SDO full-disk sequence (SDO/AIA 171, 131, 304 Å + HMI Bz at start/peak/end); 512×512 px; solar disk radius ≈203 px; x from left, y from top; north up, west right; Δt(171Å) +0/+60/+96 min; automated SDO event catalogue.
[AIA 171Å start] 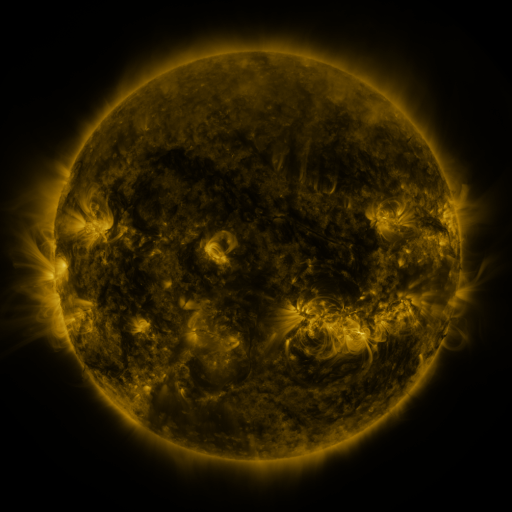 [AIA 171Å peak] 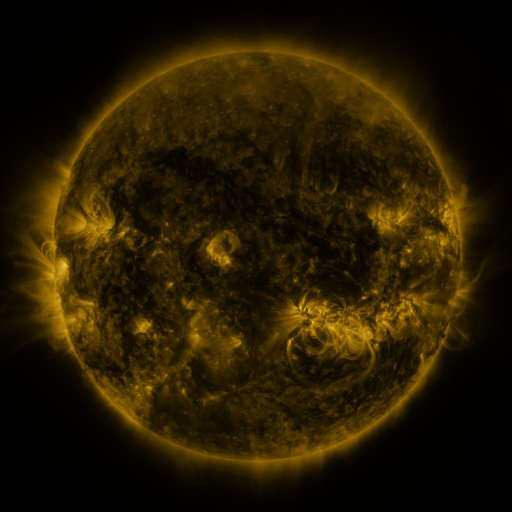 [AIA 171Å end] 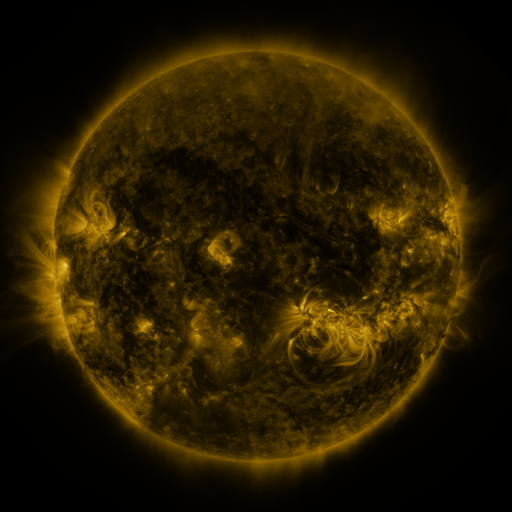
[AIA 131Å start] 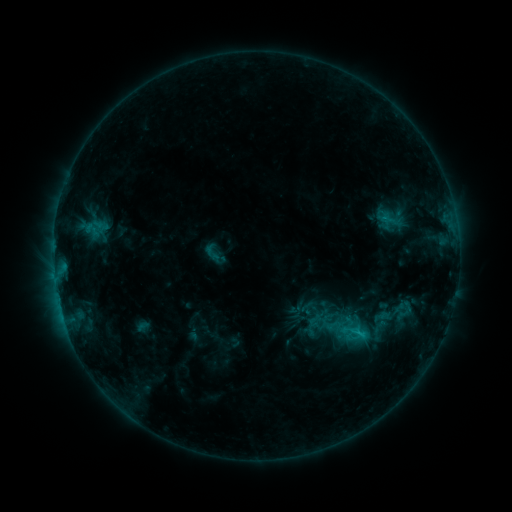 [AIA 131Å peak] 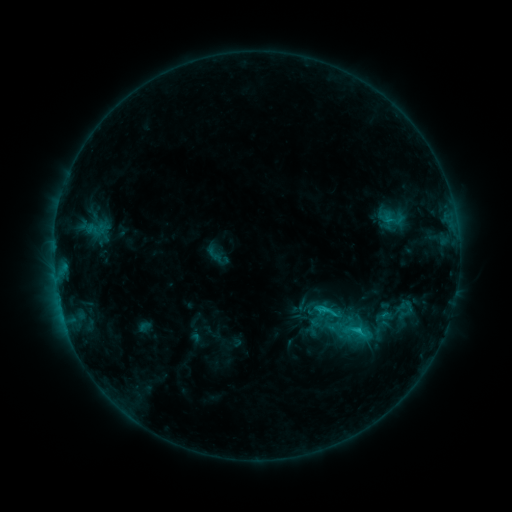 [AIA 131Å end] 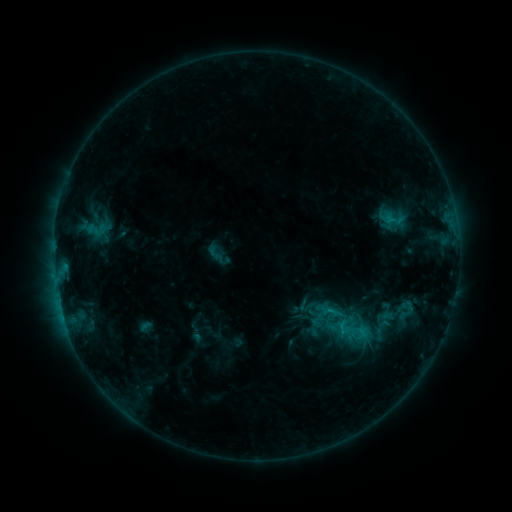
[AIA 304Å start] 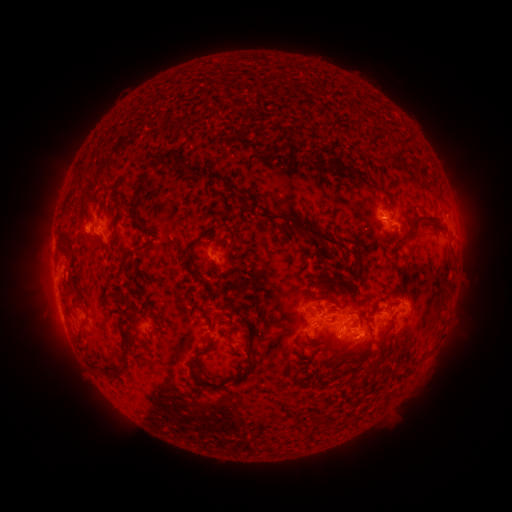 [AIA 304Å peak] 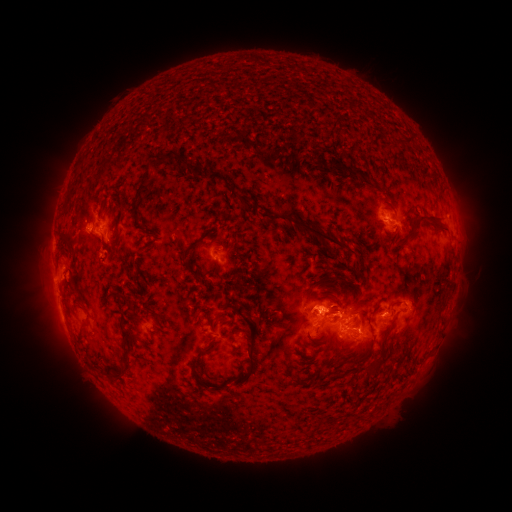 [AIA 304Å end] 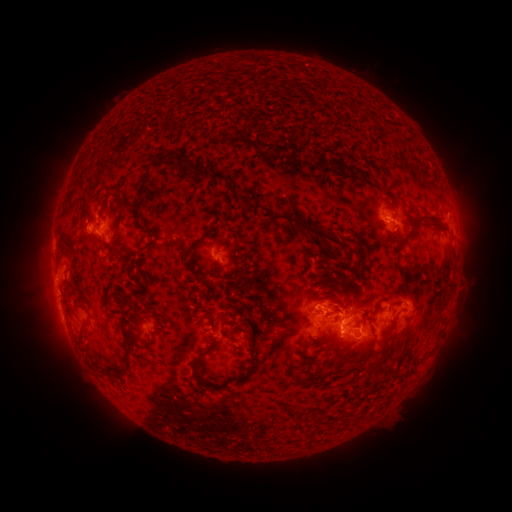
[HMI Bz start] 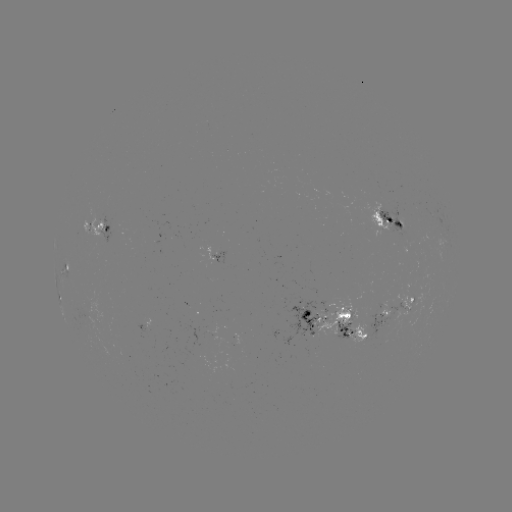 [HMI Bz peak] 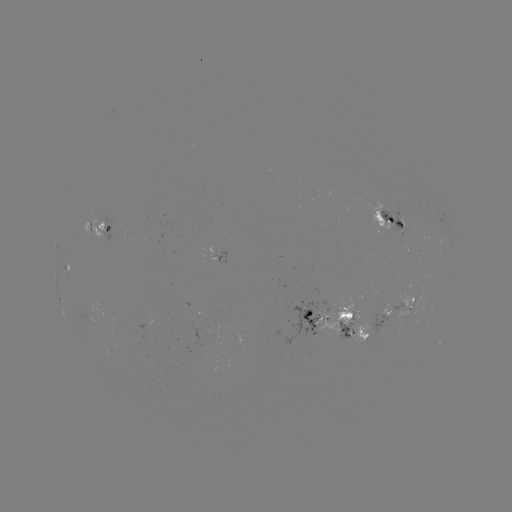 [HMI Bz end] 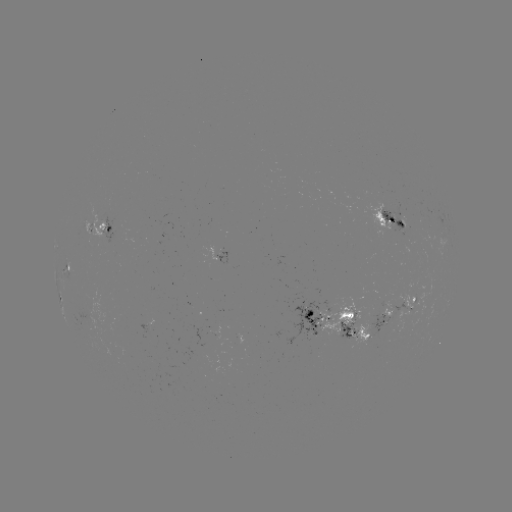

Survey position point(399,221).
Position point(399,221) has emerging-flux region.